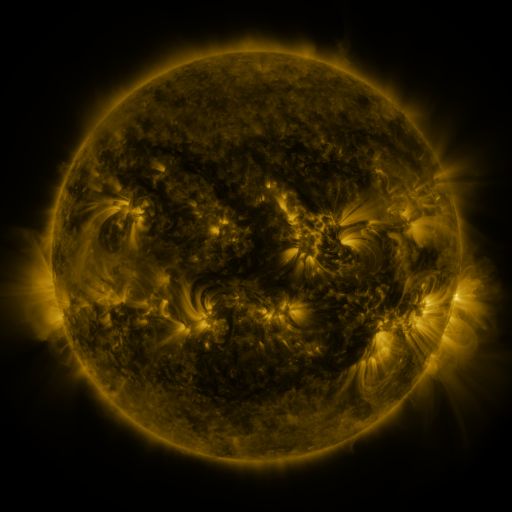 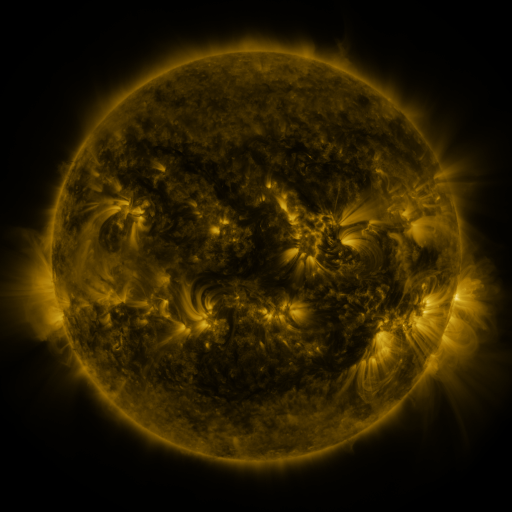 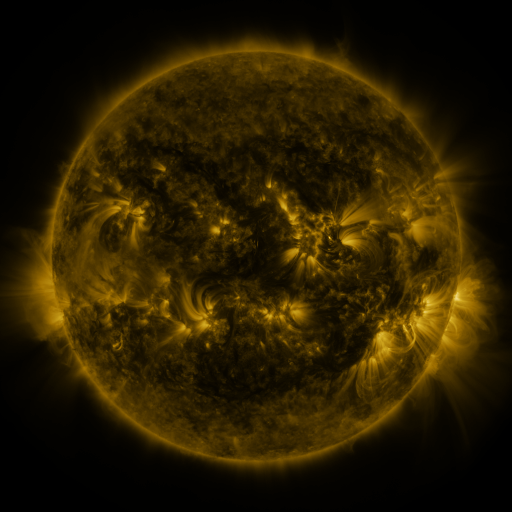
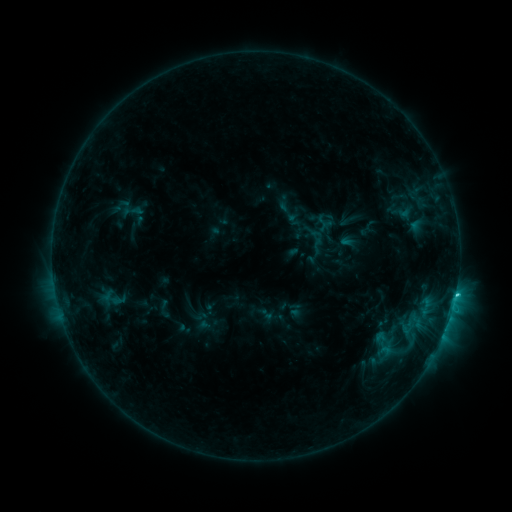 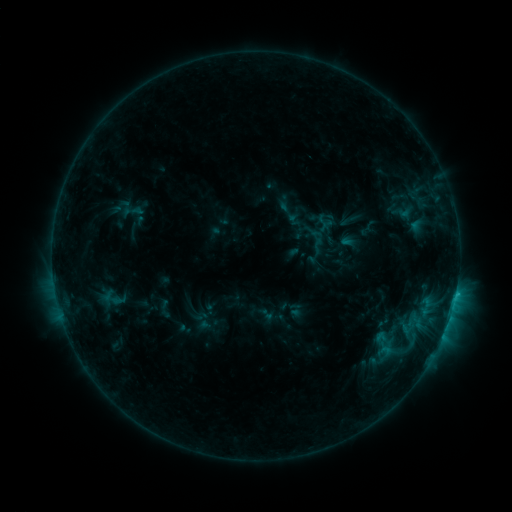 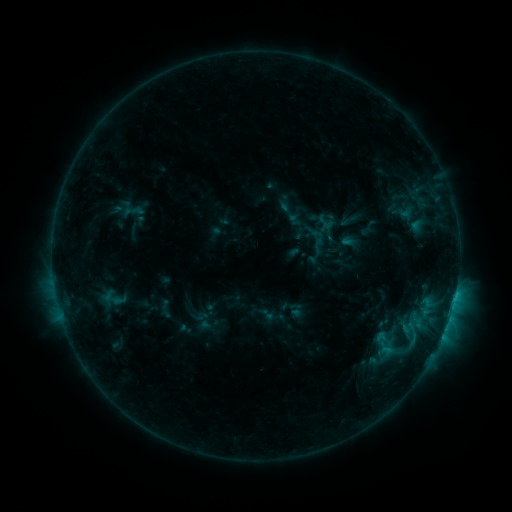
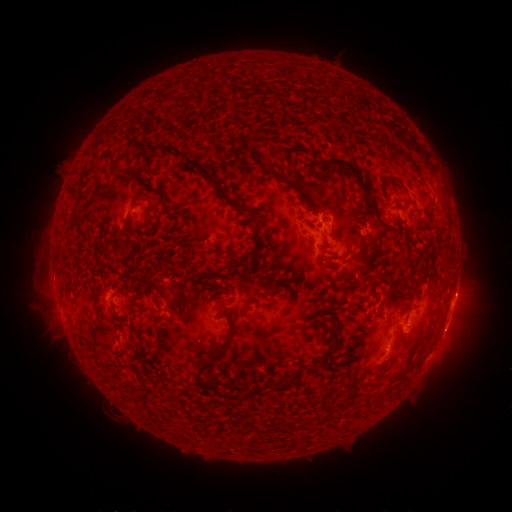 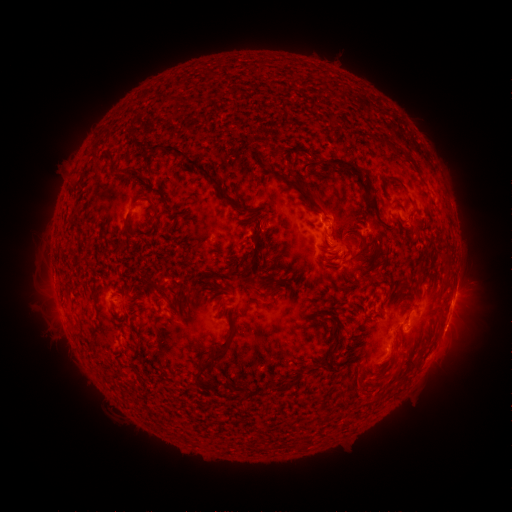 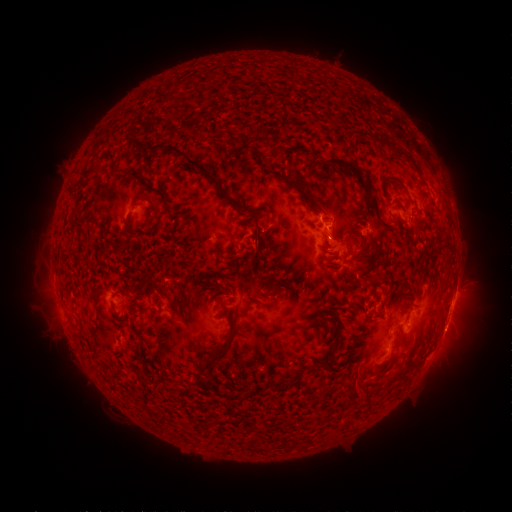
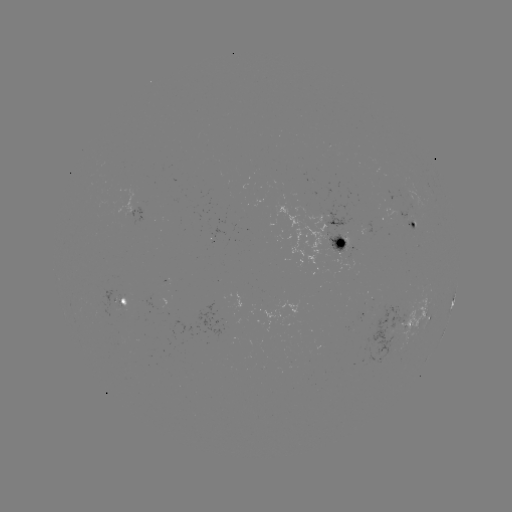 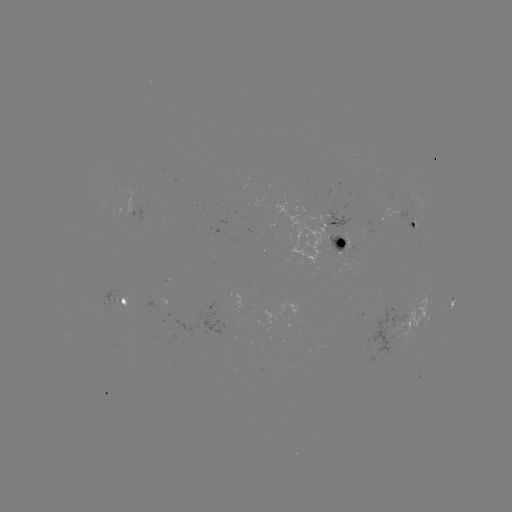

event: eruption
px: (372, 394)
